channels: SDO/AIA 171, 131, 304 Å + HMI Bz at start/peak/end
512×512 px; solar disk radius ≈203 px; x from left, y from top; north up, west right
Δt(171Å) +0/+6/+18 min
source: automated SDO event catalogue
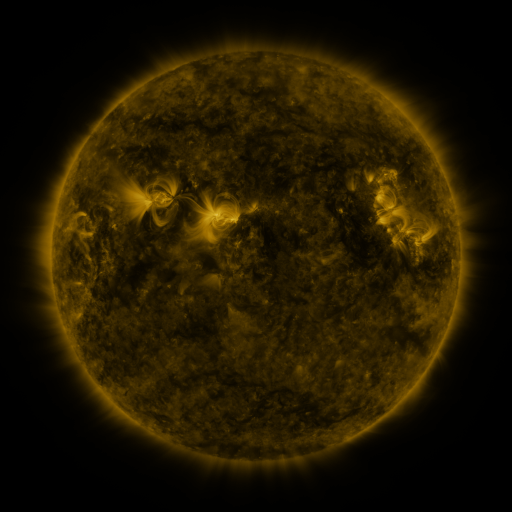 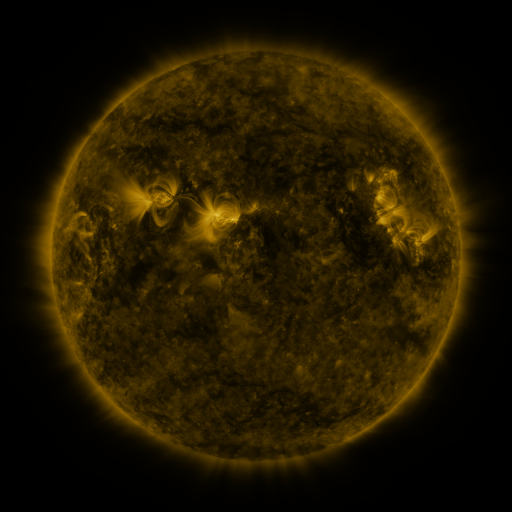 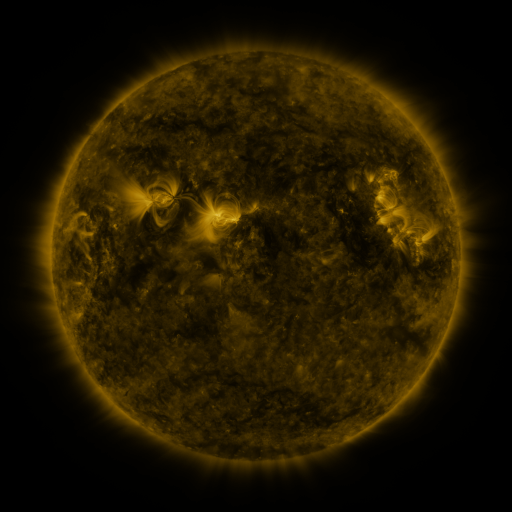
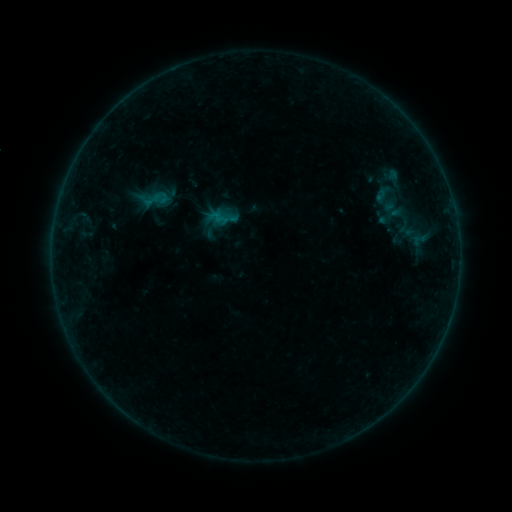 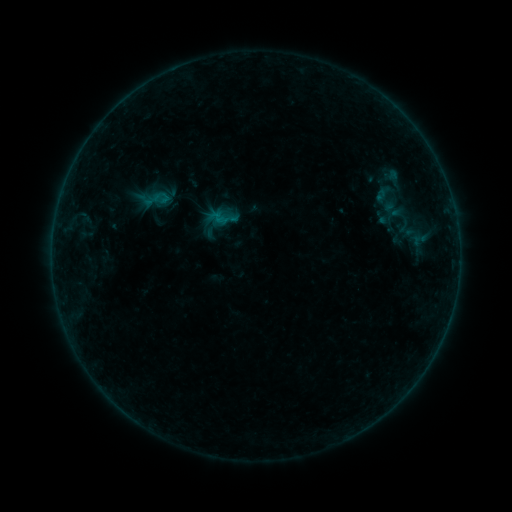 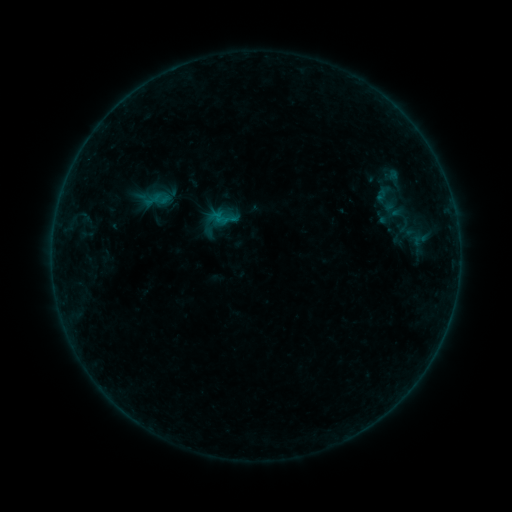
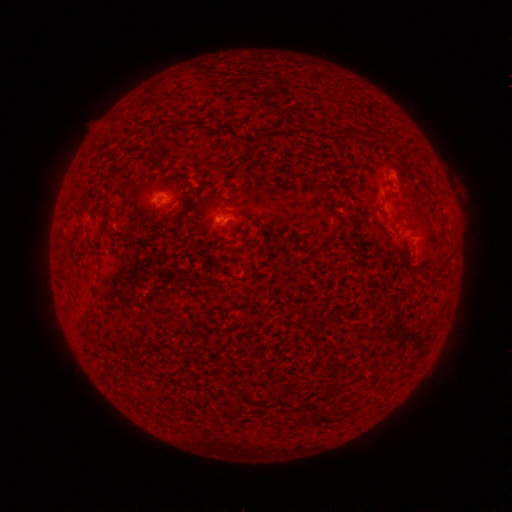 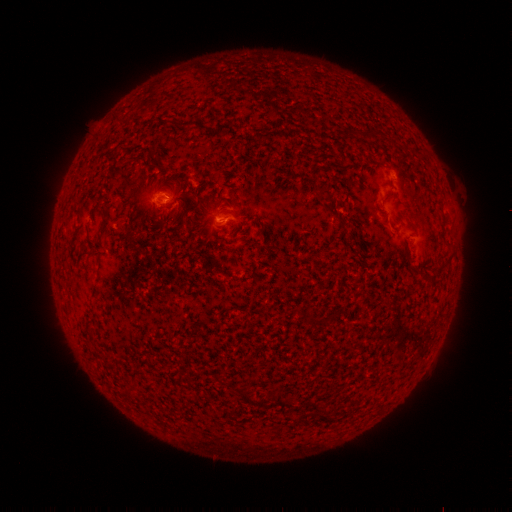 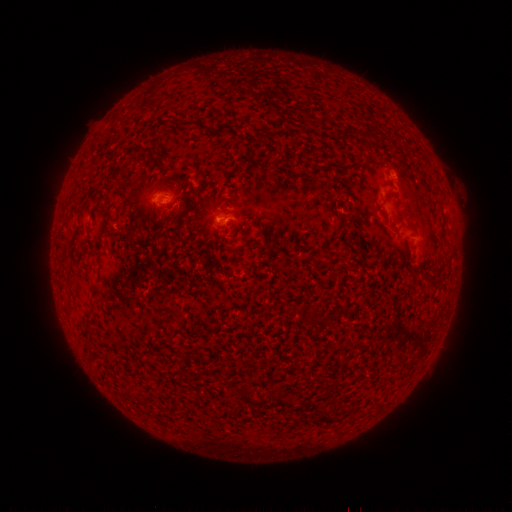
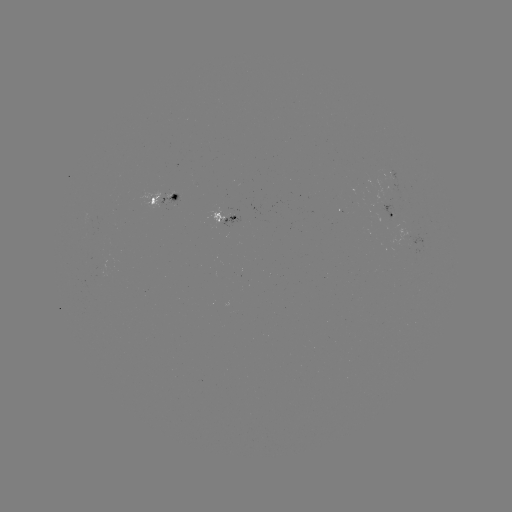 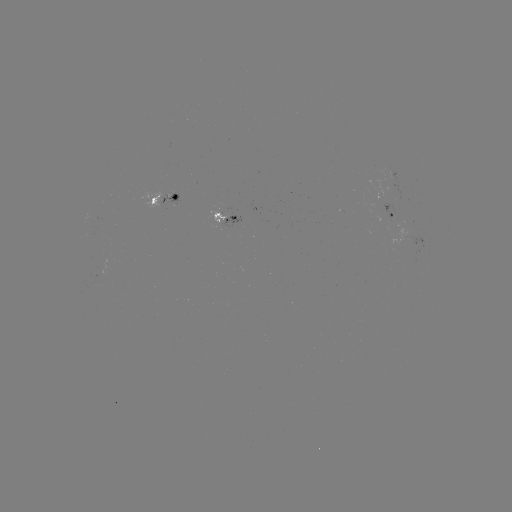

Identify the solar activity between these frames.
B2.4 flare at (224, 223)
